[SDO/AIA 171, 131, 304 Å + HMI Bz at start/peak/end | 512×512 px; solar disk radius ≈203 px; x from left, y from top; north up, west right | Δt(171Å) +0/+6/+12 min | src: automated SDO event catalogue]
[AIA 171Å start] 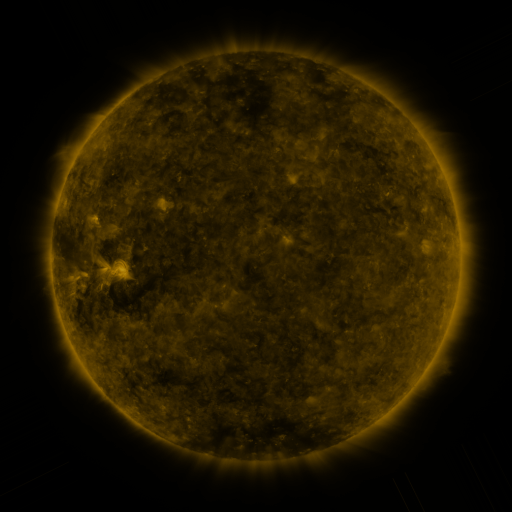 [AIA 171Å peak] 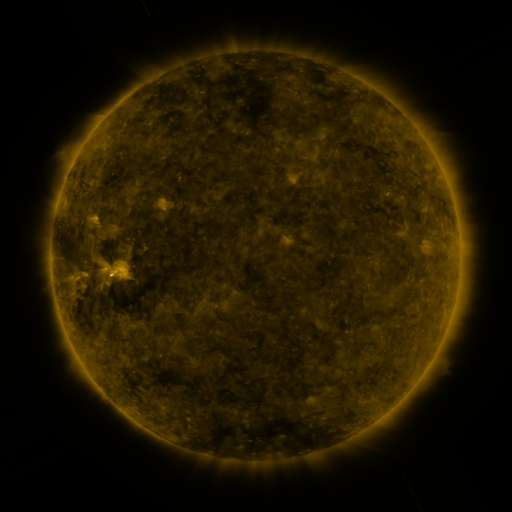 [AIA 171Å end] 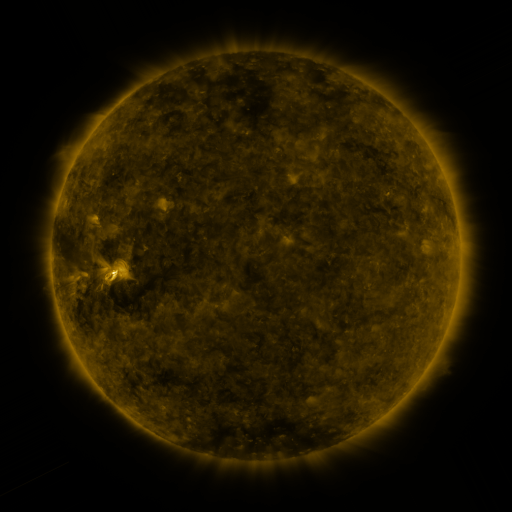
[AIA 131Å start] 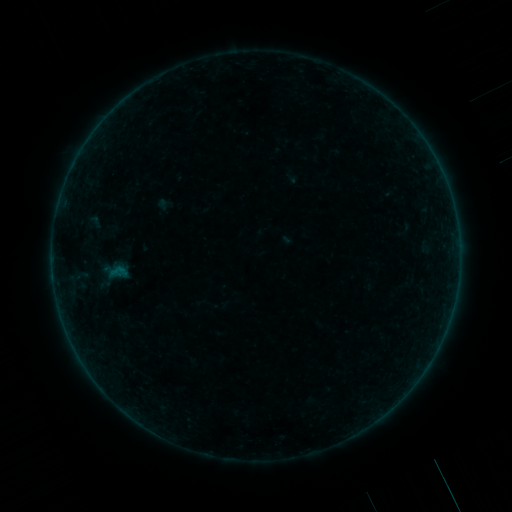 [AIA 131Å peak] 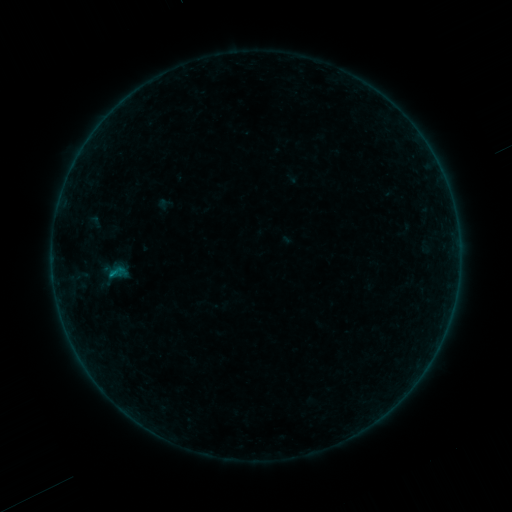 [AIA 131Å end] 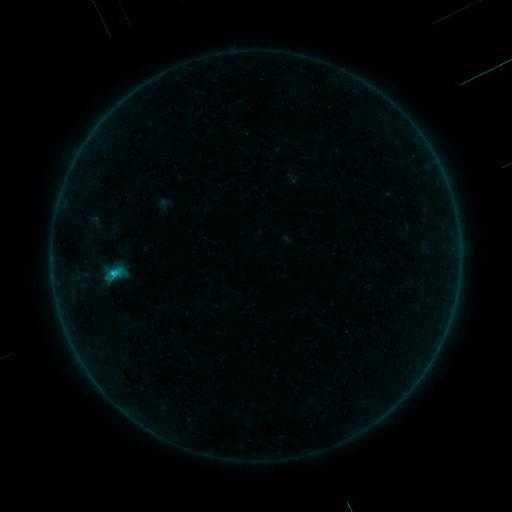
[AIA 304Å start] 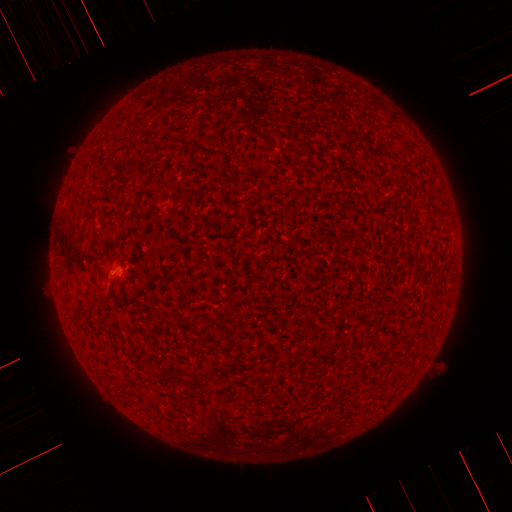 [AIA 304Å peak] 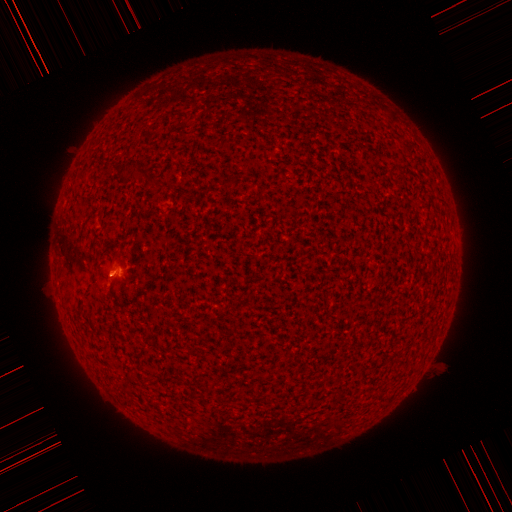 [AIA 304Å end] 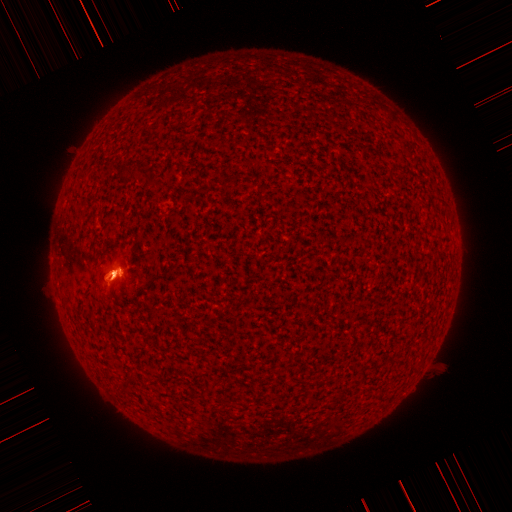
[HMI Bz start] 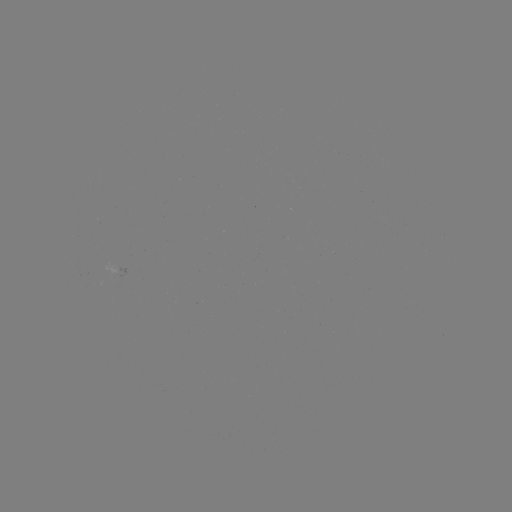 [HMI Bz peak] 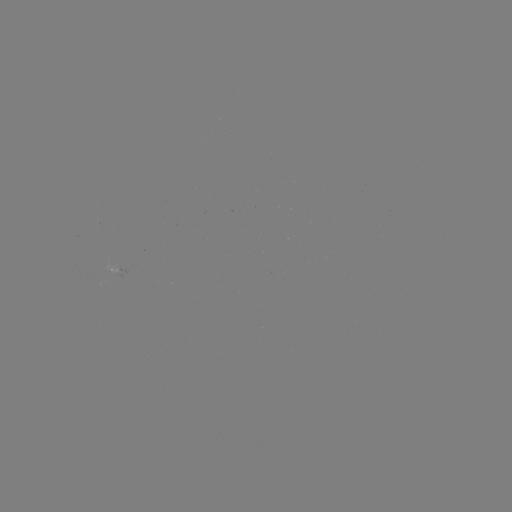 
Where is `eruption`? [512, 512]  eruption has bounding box [77, 235, 141, 313].